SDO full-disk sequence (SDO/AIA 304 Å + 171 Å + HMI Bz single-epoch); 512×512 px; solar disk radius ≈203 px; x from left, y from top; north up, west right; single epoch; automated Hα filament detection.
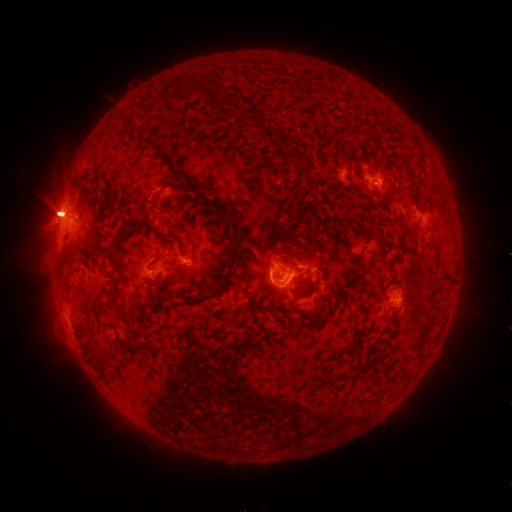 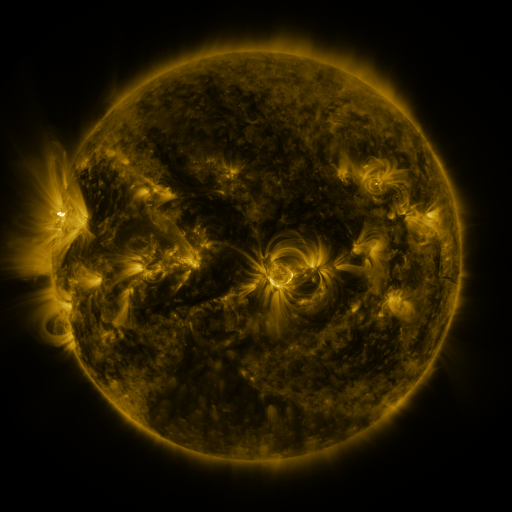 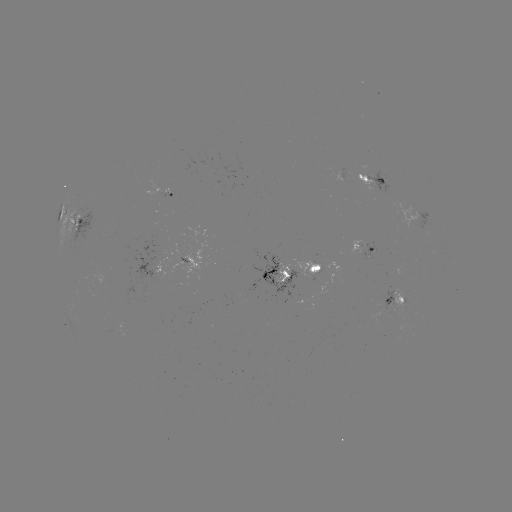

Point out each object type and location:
filament: (171, 92)
filament: (259, 120)
filament: (151, 143)
filament: (303, 164)
filament: (238, 240)
filament: (366, 246)
filament: (160, 256)
filament: (113, 259)
filament: (228, 275)
filament: (264, 276)
filament: (446, 278)
filament: (311, 284)
filament: (111, 292)
filament: (235, 297)
filament: (260, 309)
filament: (205, 322)
filament: (425, 332)
filament: (96, 352)
